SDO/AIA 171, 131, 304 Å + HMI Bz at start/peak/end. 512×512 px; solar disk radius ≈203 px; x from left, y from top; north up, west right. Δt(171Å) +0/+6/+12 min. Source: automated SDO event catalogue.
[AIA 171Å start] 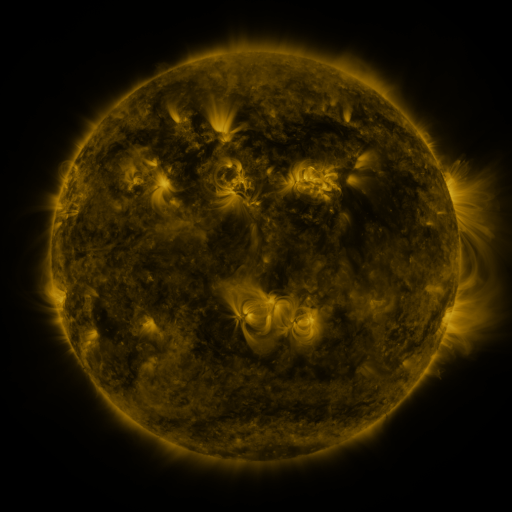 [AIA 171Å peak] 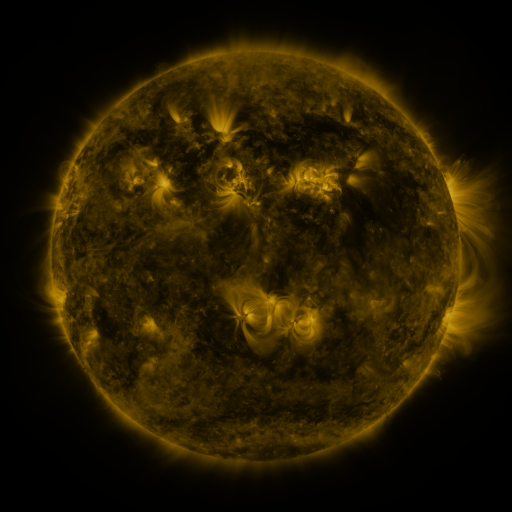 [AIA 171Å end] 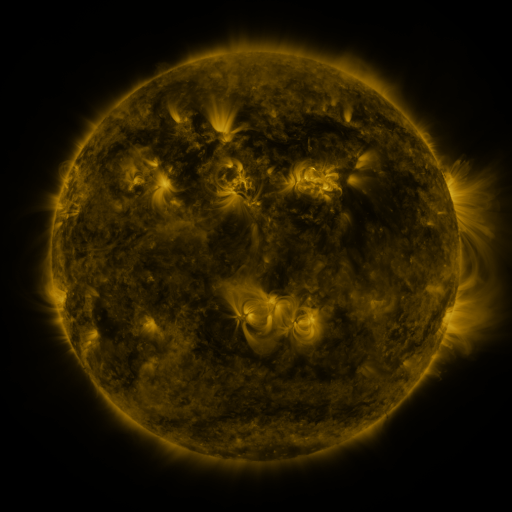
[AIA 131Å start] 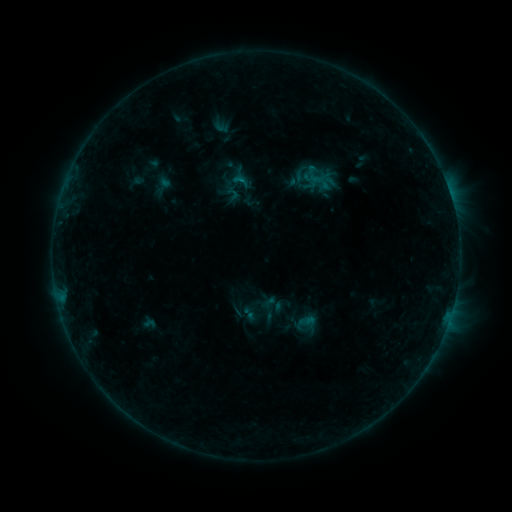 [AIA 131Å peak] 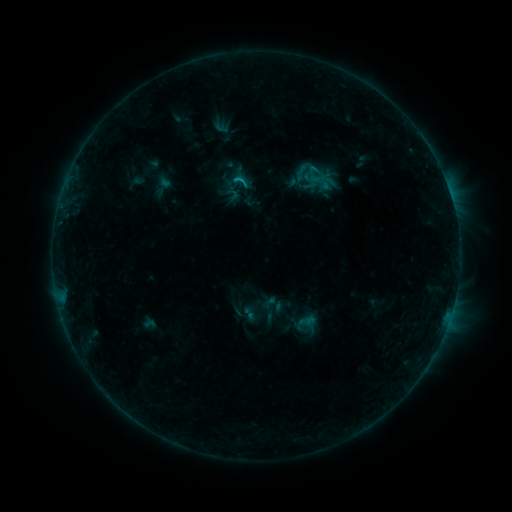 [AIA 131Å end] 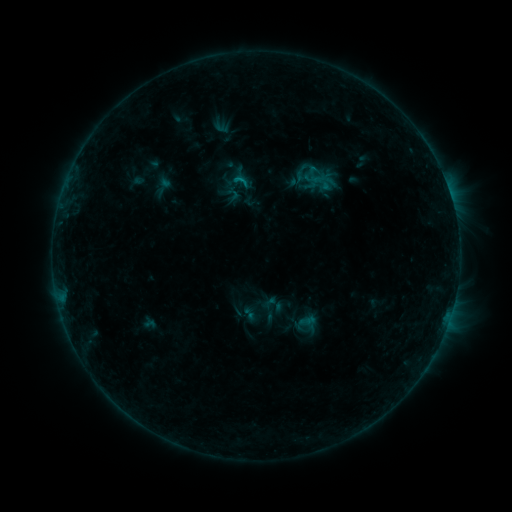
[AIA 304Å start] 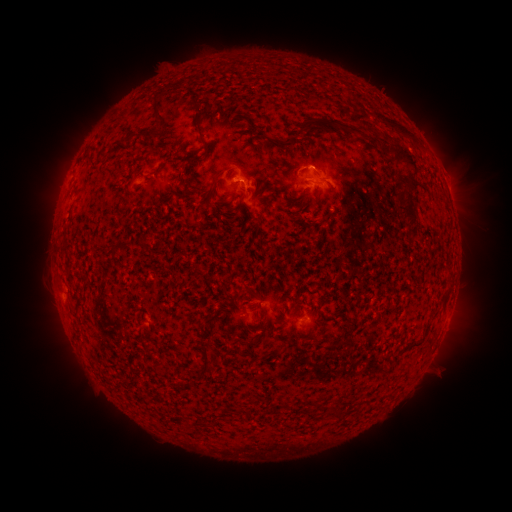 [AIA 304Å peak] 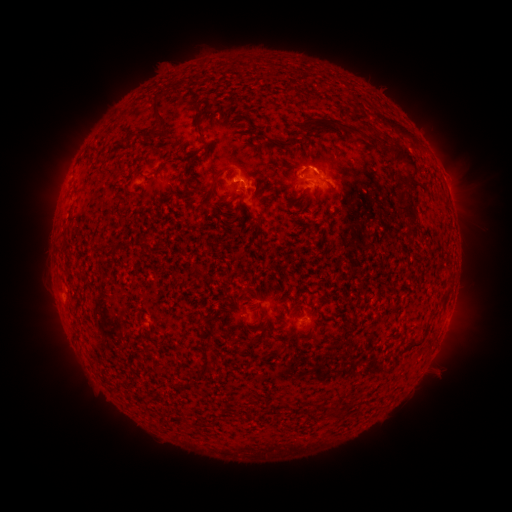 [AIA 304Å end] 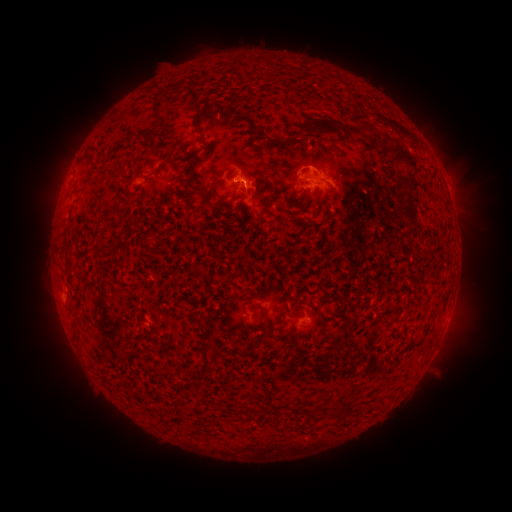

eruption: <bbox>274, 145, 340, 185</bbox>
